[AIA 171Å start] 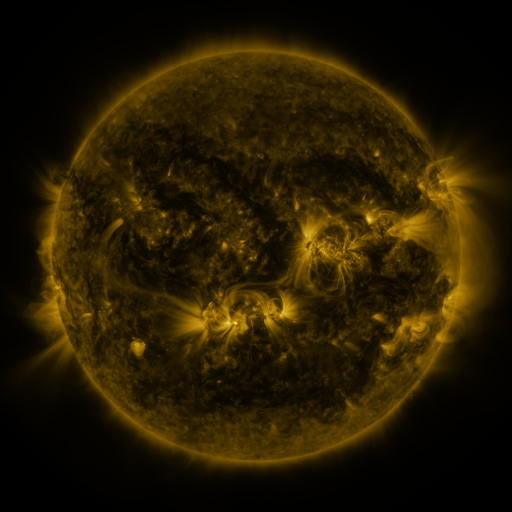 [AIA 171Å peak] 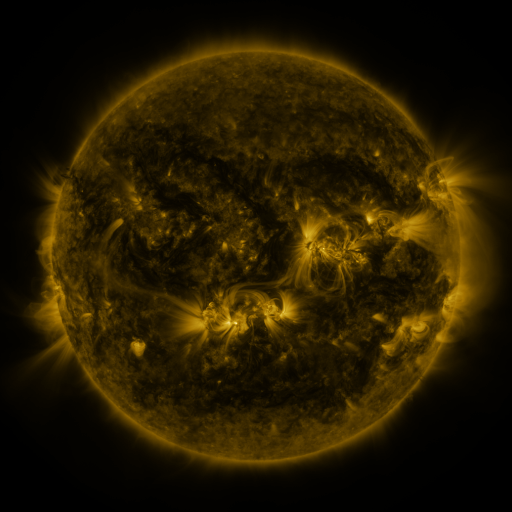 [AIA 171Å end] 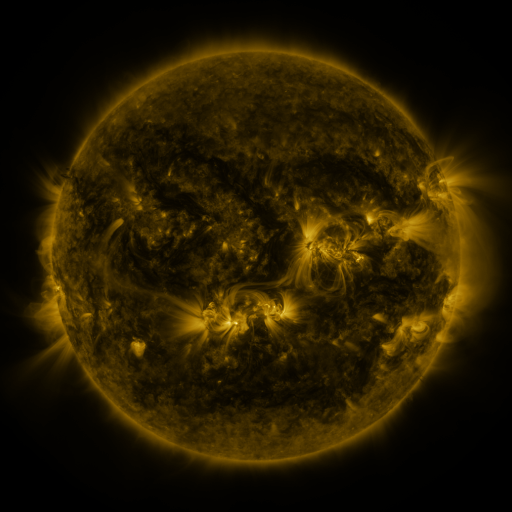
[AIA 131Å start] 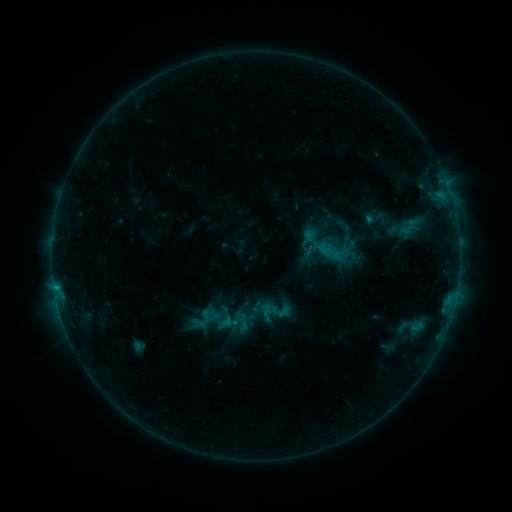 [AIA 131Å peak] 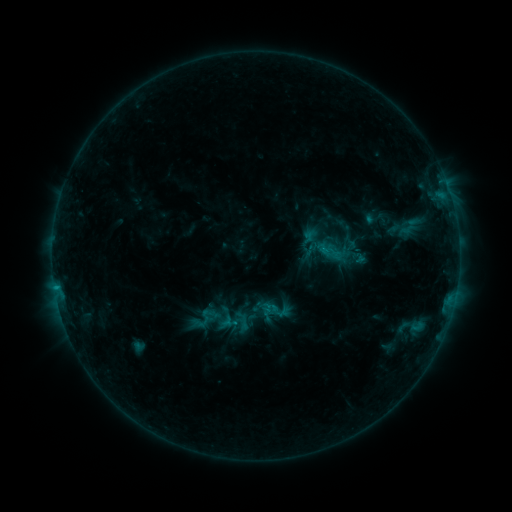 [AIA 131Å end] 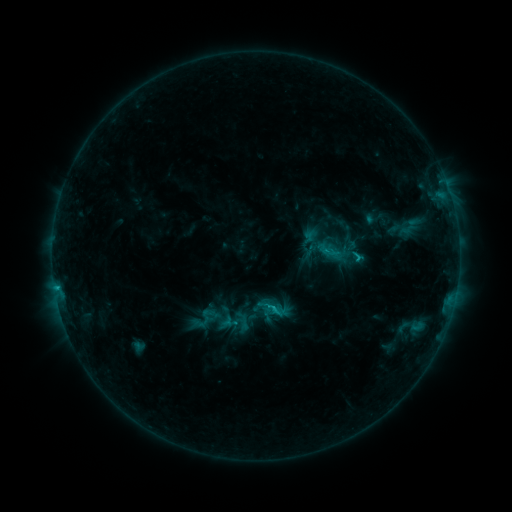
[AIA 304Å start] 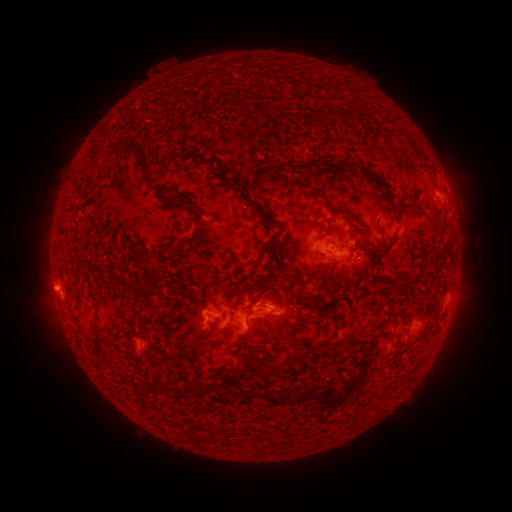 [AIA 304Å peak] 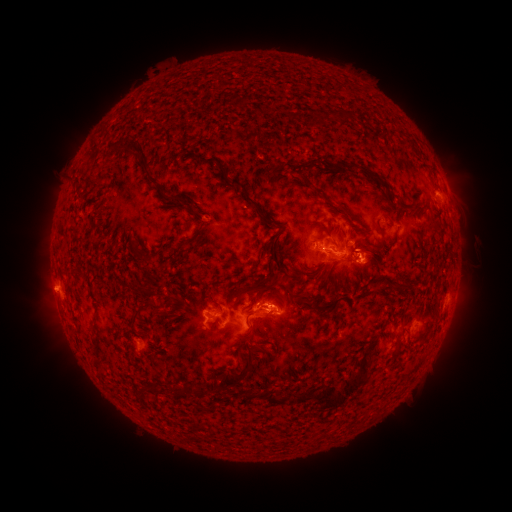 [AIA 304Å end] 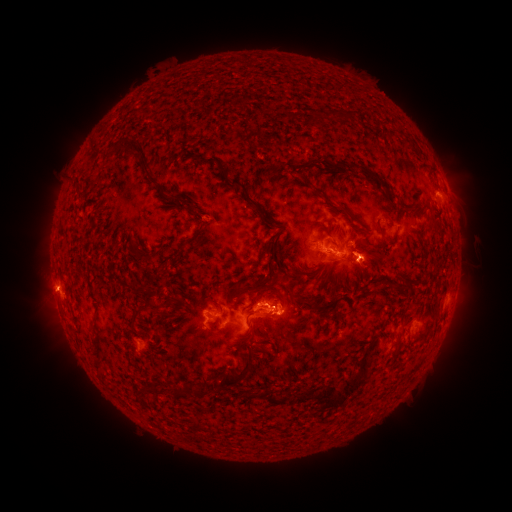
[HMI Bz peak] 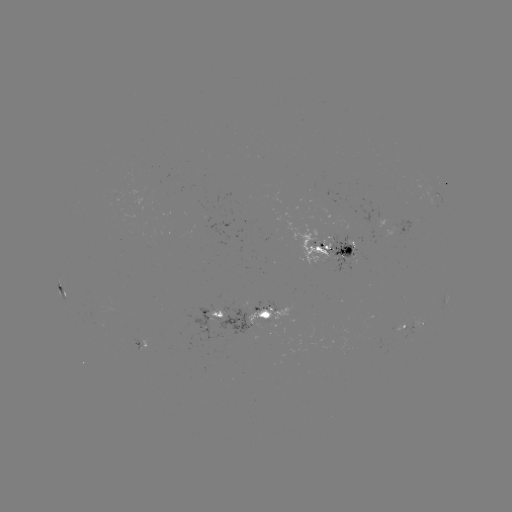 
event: eruption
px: (374, 269)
